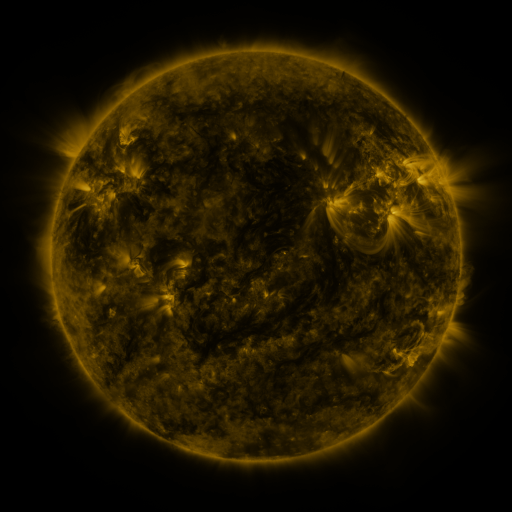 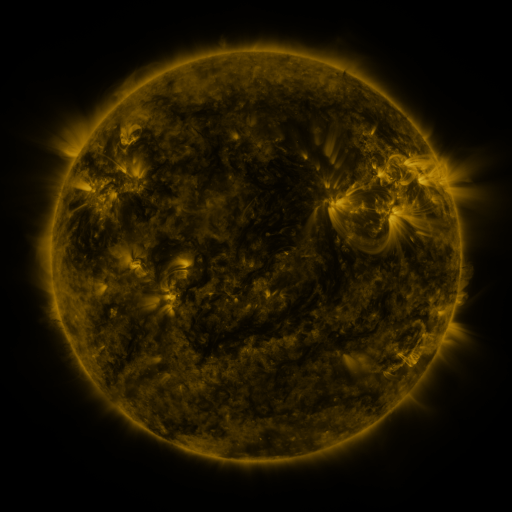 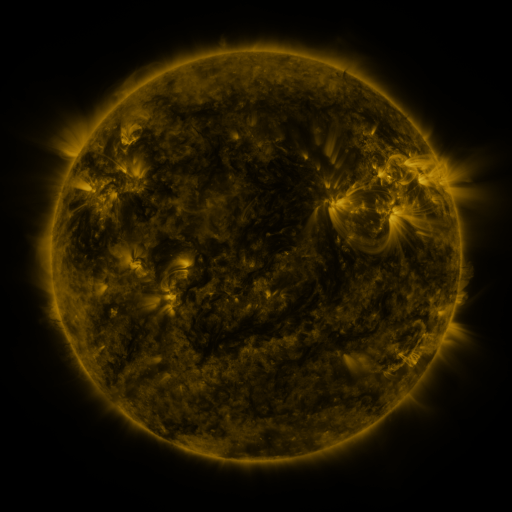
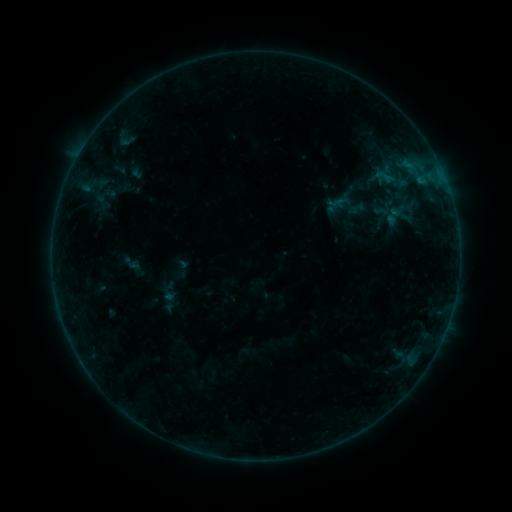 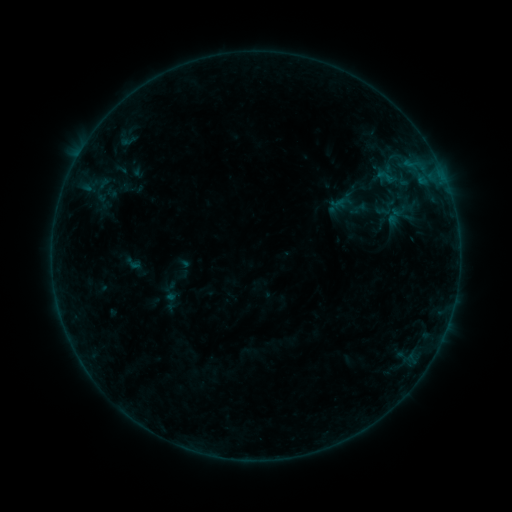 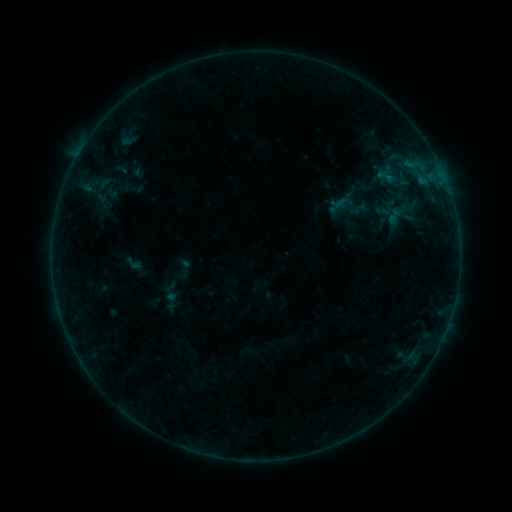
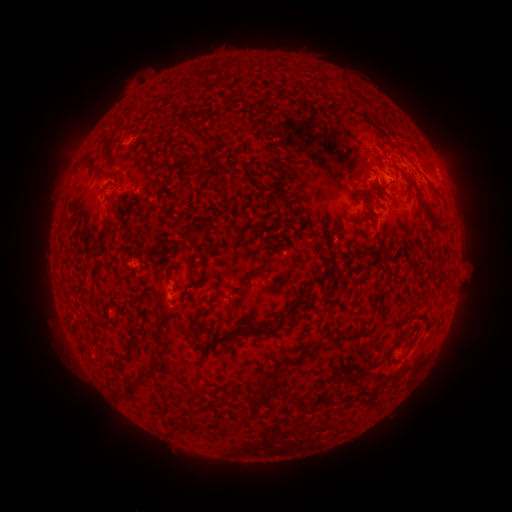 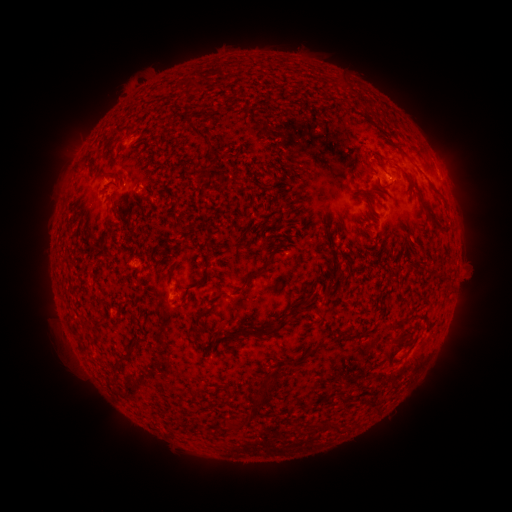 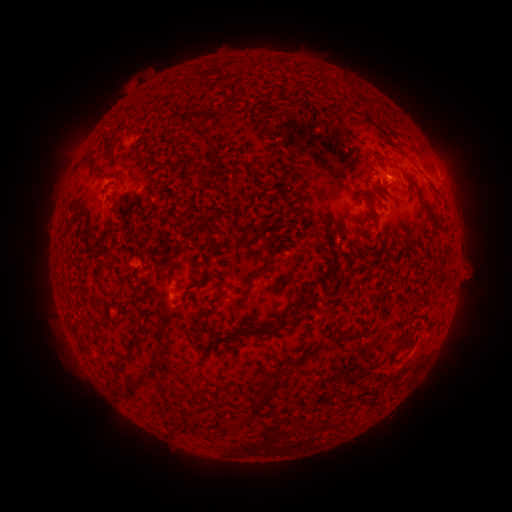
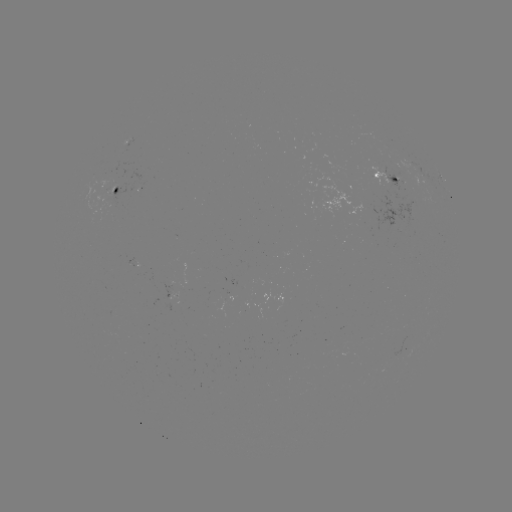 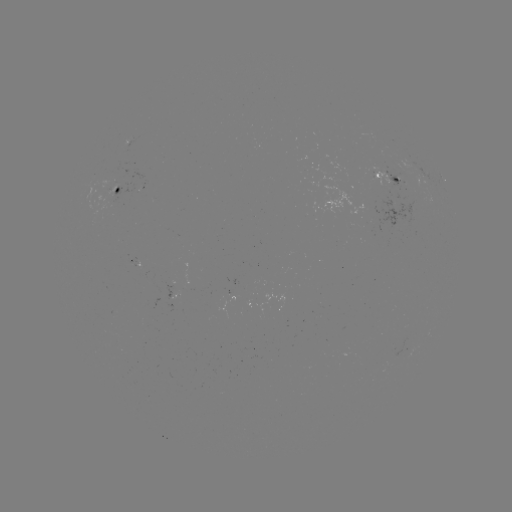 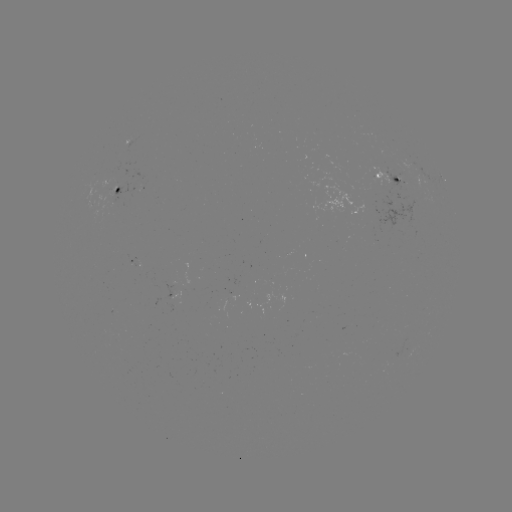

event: emerging-flux region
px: (112, 184)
